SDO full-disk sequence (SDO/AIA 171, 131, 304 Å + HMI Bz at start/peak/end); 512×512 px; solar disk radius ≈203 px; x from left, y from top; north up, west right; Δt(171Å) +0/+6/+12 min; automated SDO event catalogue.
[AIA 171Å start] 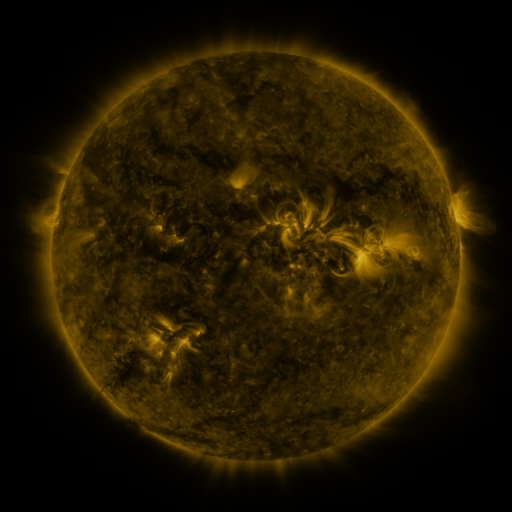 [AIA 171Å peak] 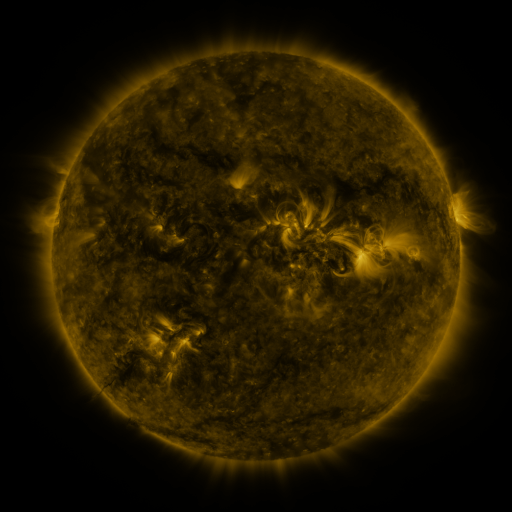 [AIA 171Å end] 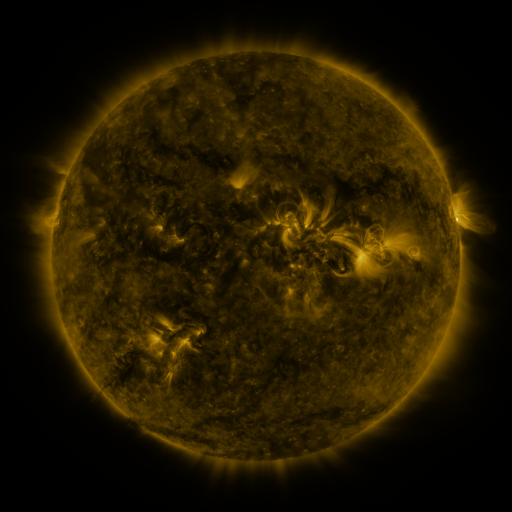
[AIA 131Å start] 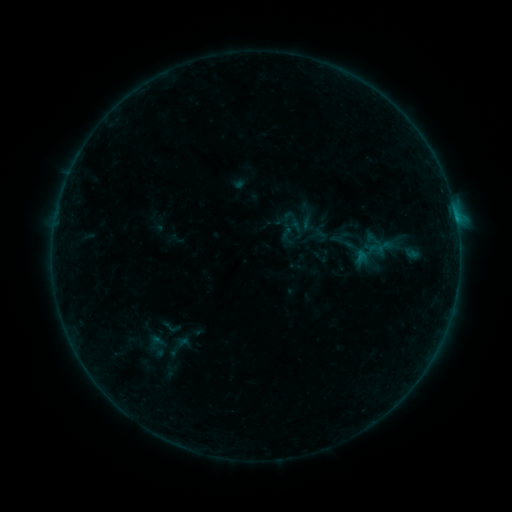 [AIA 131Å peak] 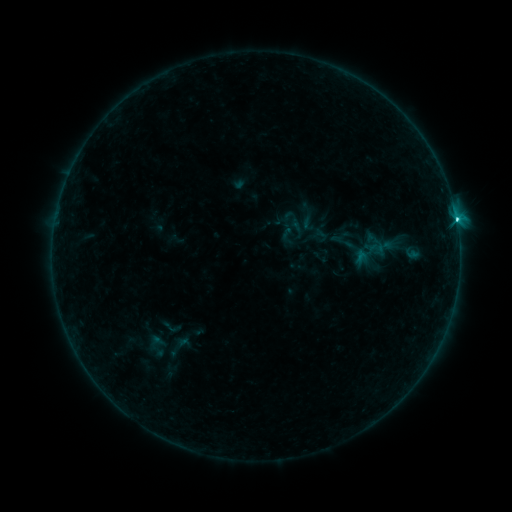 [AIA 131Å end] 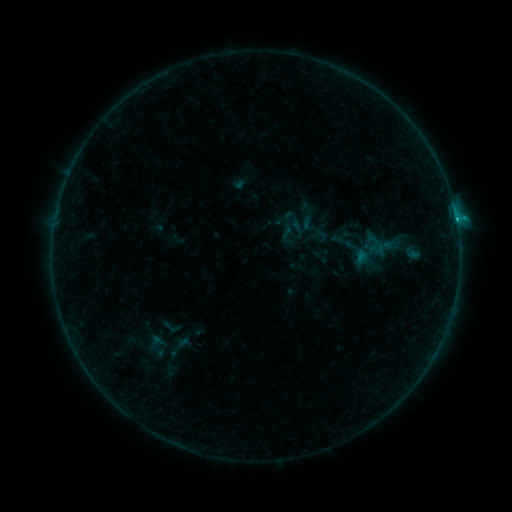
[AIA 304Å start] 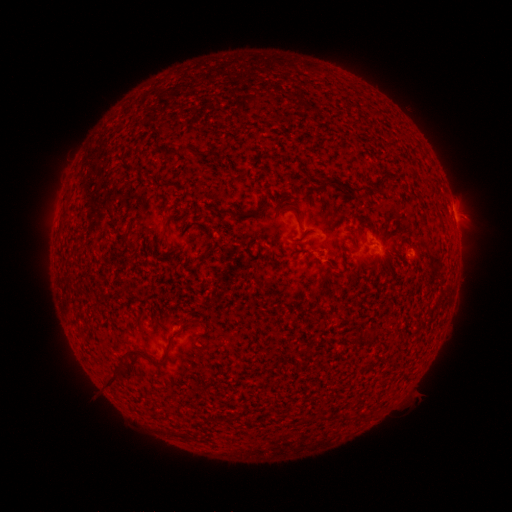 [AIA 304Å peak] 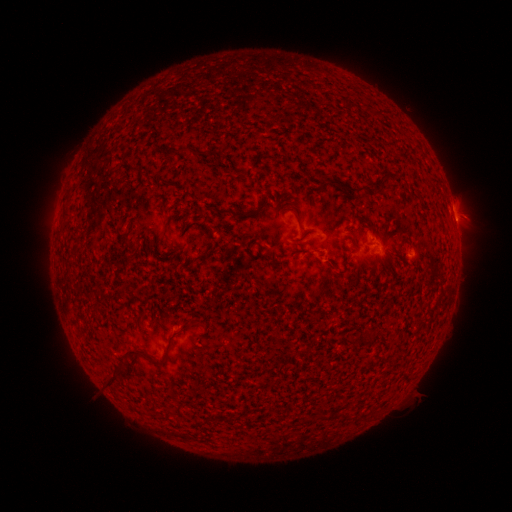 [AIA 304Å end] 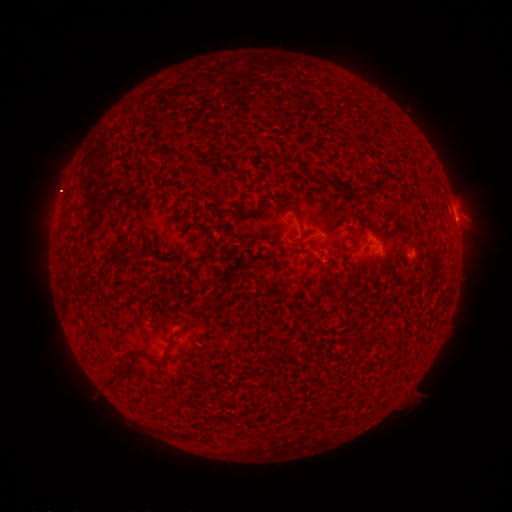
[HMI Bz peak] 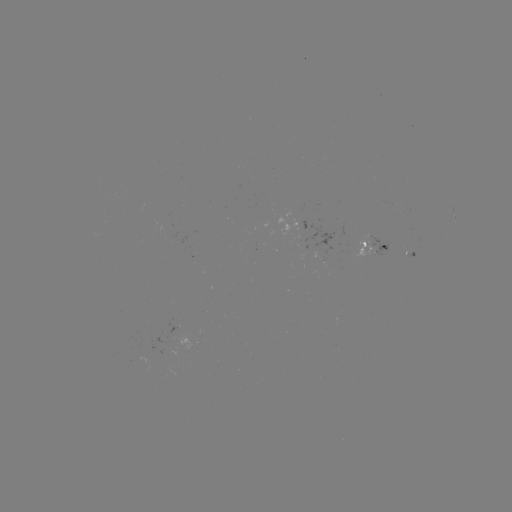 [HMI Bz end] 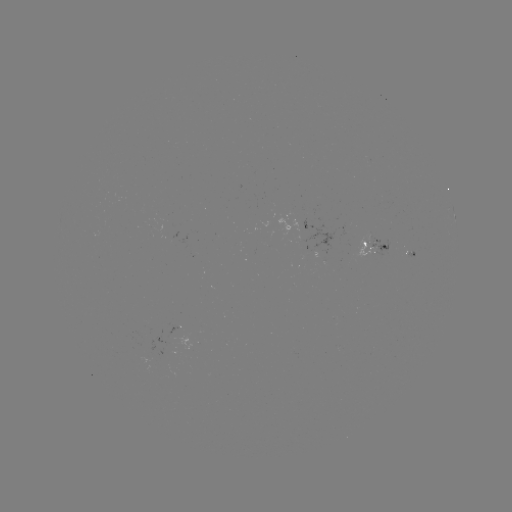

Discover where C1.9 flare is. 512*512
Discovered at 455,221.